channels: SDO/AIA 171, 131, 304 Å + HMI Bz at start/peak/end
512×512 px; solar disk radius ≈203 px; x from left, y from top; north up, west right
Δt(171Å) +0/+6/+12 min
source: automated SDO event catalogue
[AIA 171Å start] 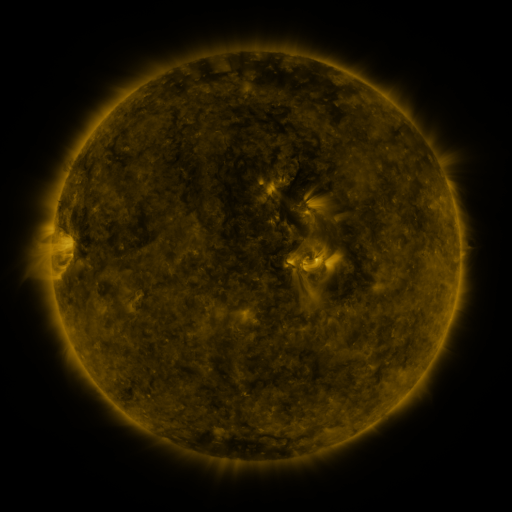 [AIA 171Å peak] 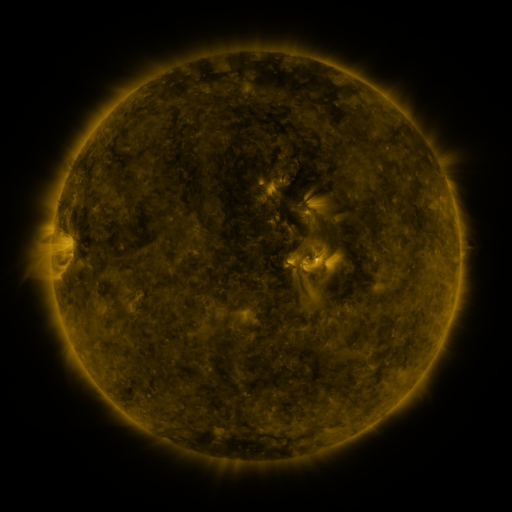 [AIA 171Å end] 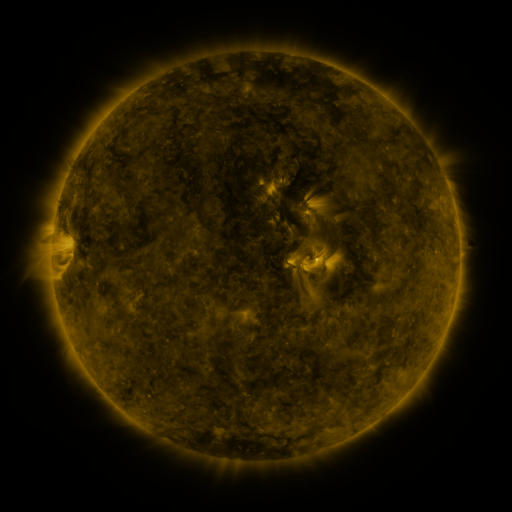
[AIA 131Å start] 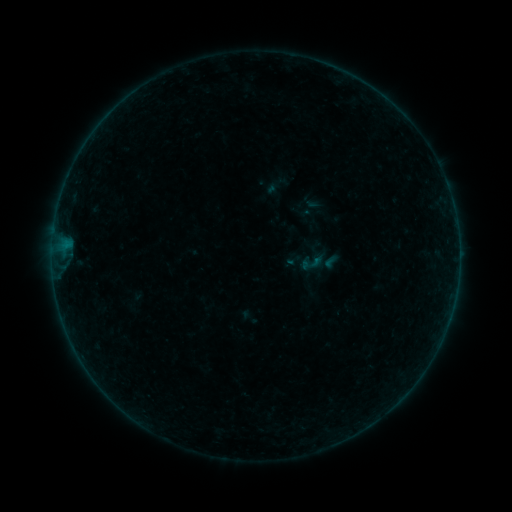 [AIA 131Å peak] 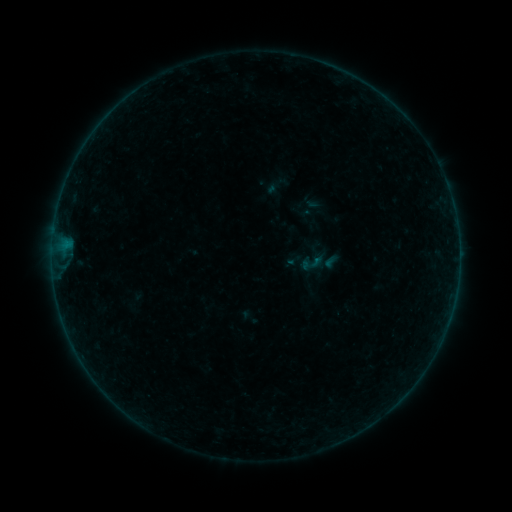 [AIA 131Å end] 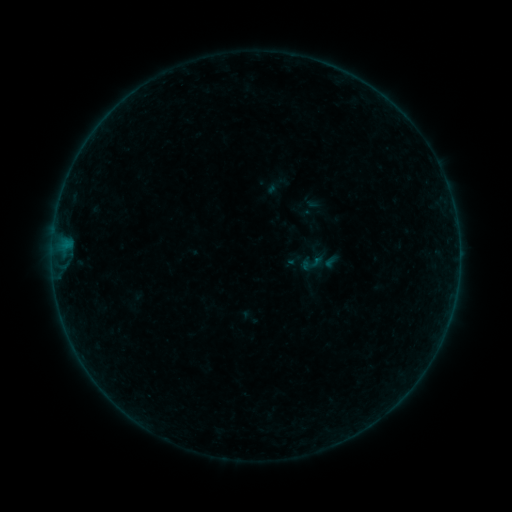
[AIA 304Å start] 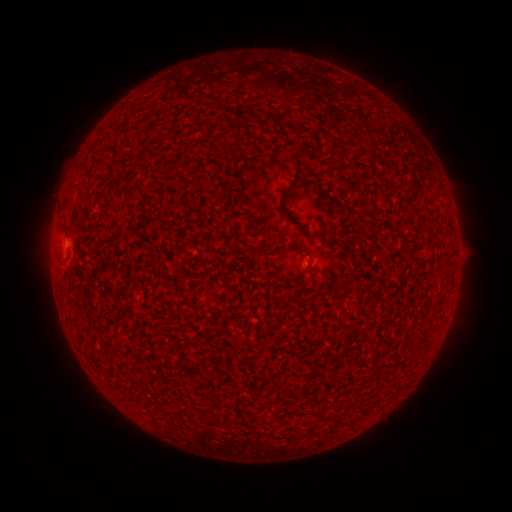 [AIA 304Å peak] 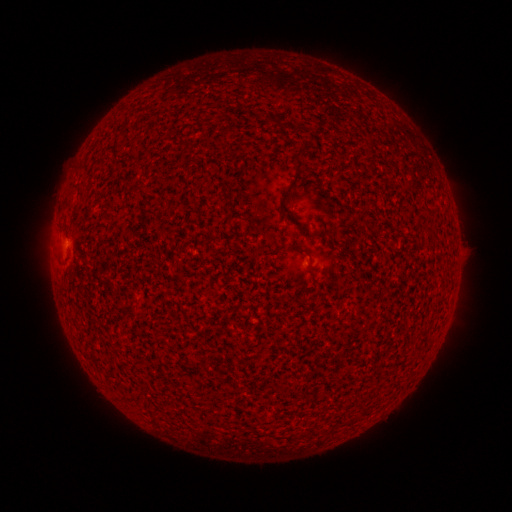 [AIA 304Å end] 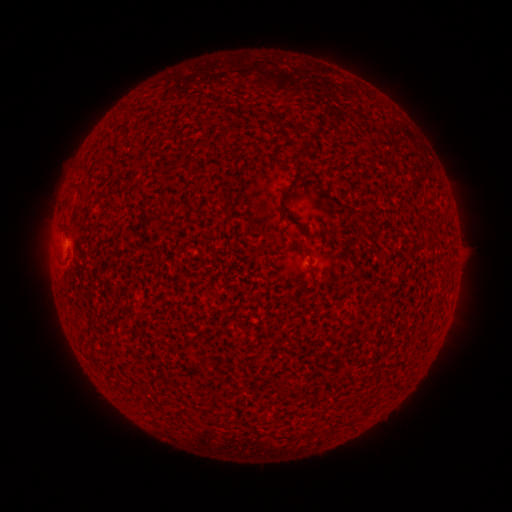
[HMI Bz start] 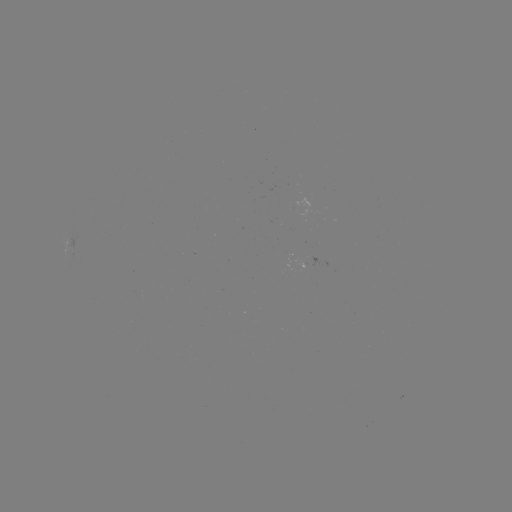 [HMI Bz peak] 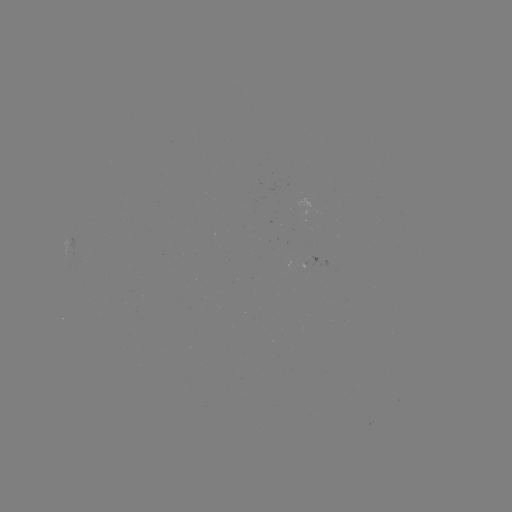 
no catalogued flare and no flagged EUV brightening in this window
